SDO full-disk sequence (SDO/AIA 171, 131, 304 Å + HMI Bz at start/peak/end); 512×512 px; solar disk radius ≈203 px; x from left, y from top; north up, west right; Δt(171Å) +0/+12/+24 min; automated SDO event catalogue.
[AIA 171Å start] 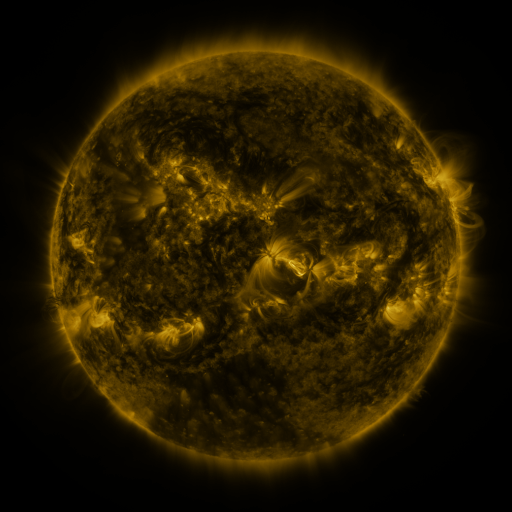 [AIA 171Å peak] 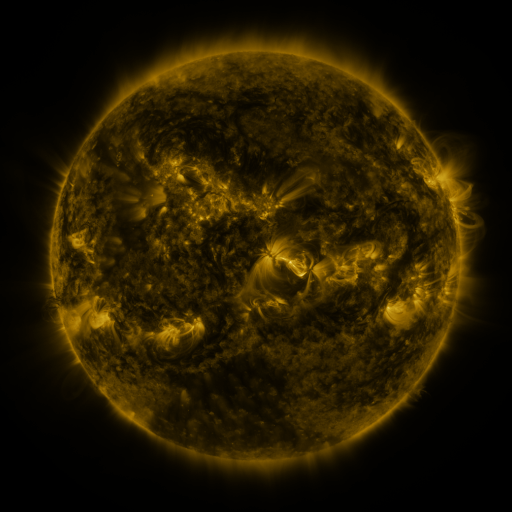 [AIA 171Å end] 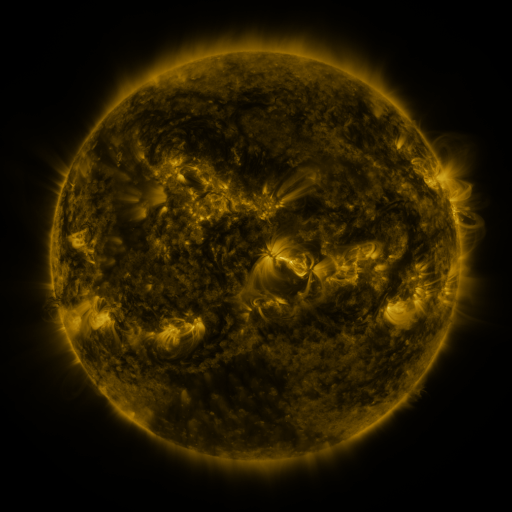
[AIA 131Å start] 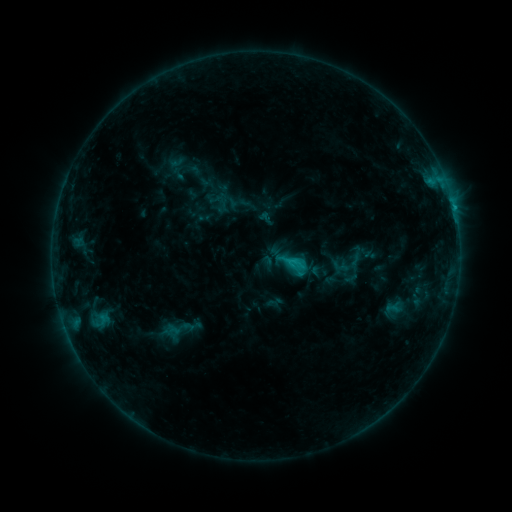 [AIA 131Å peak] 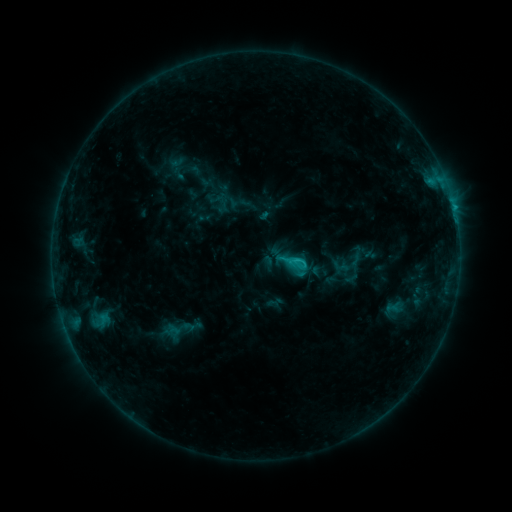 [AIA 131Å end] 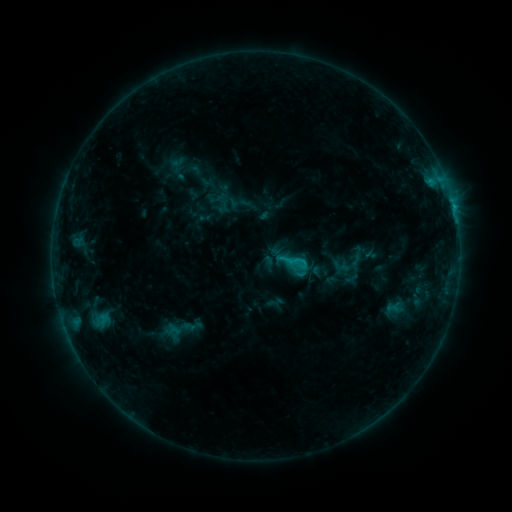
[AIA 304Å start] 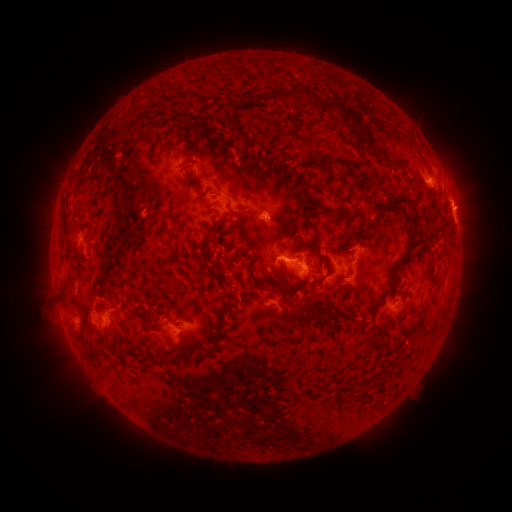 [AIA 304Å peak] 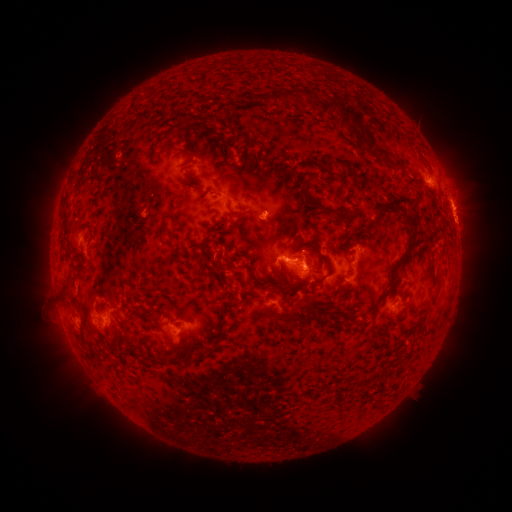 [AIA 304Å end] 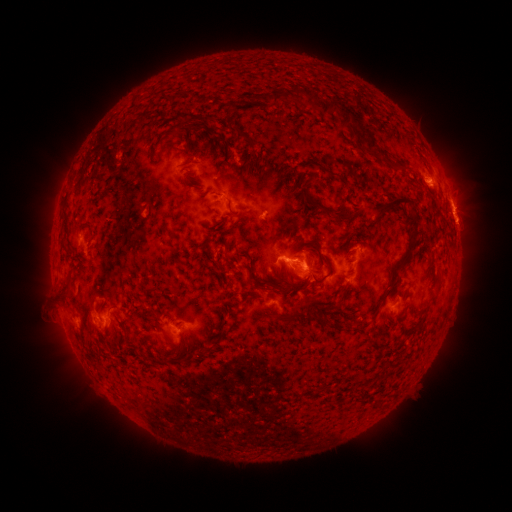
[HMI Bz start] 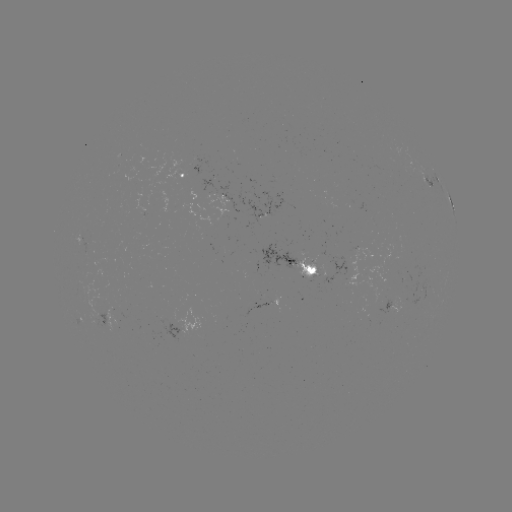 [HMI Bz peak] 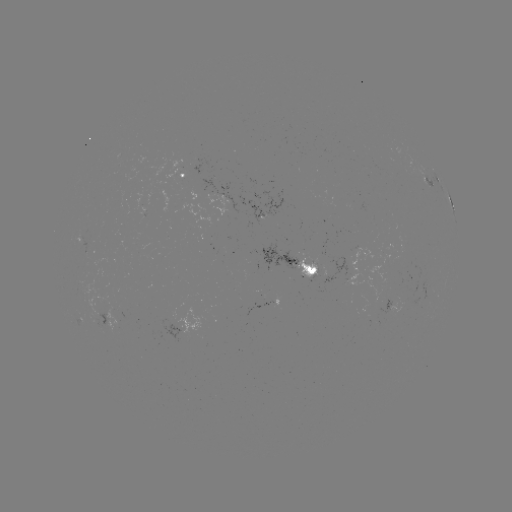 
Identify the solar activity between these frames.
C1.5 flare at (294, 257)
